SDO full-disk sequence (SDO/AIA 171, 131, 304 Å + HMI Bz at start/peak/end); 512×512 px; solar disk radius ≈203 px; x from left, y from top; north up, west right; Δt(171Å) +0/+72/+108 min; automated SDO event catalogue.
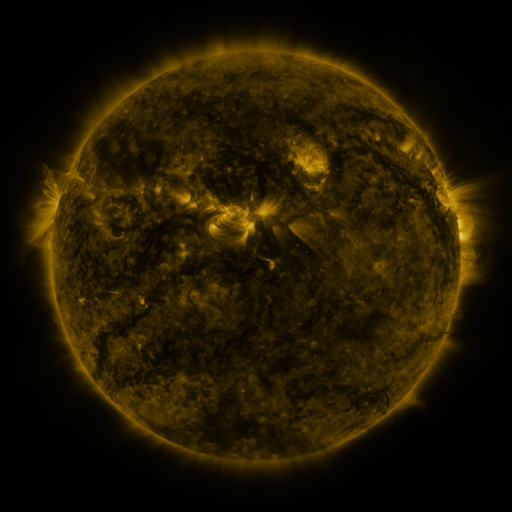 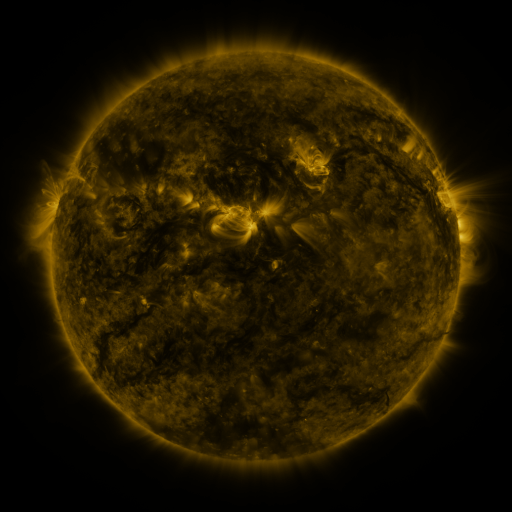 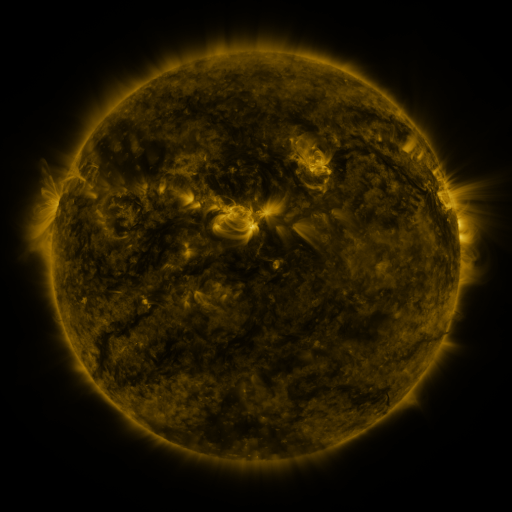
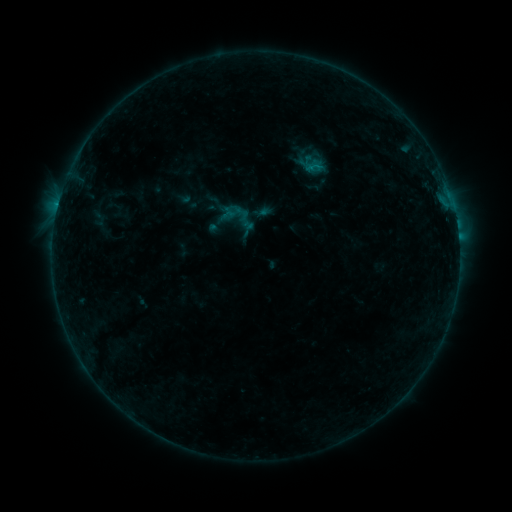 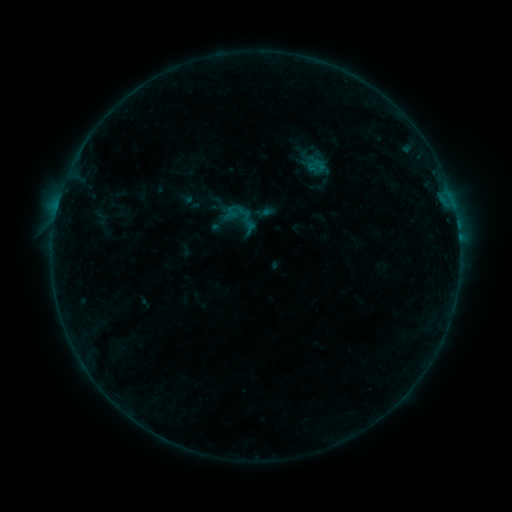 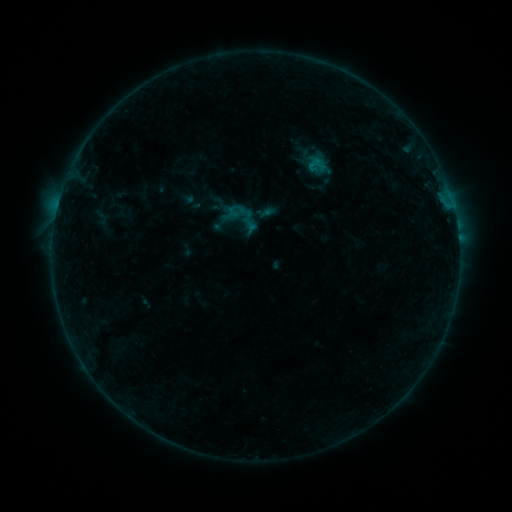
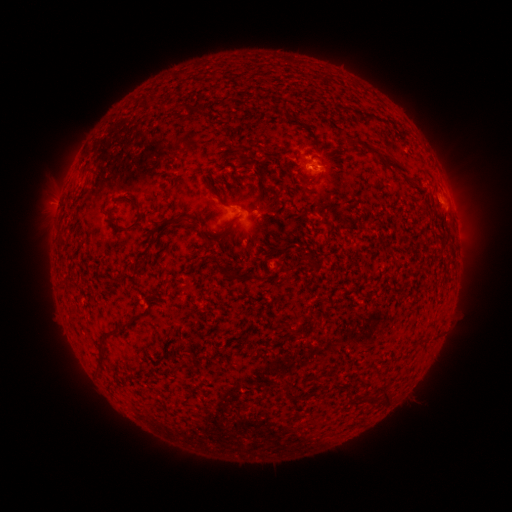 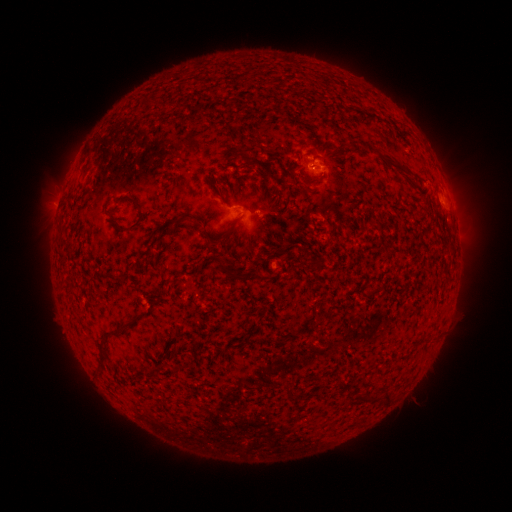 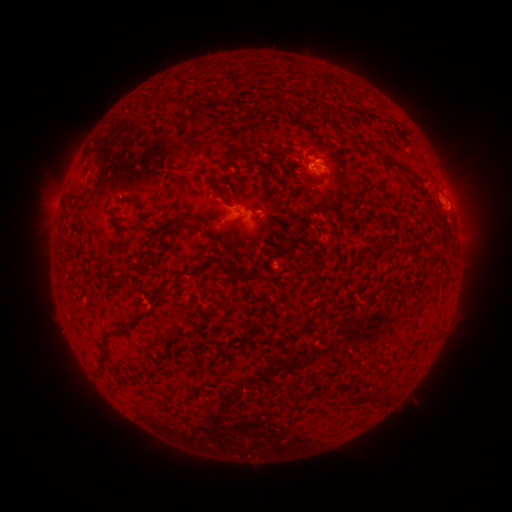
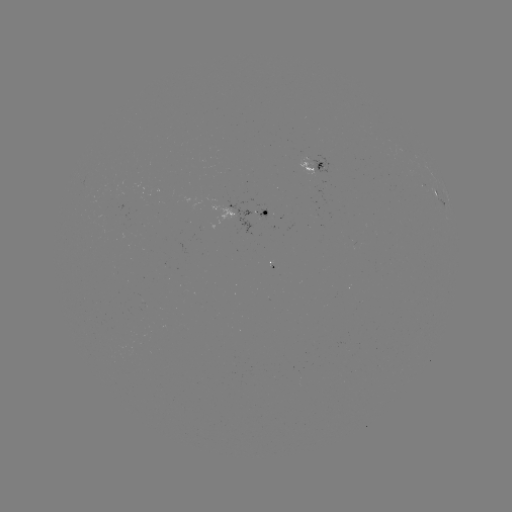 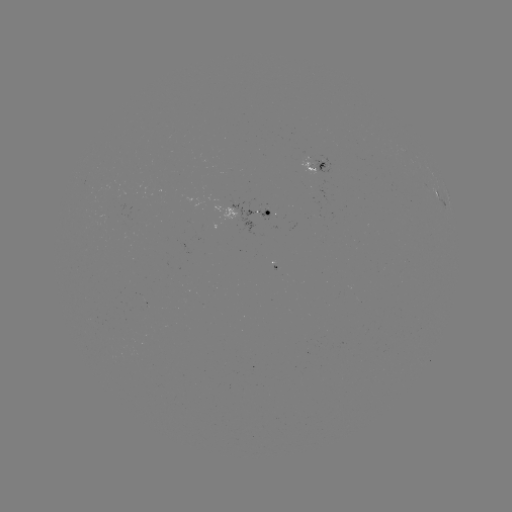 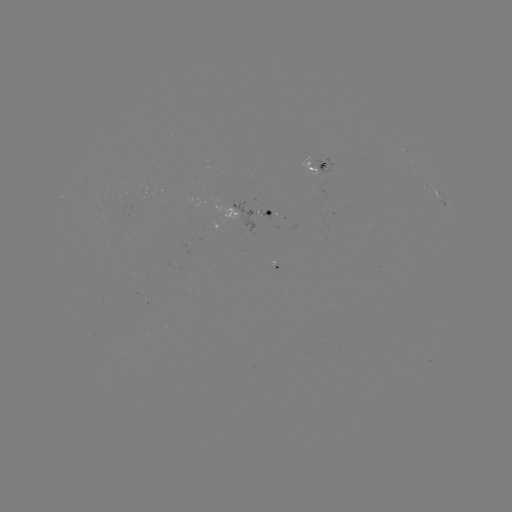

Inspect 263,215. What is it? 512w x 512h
emerging-flux region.